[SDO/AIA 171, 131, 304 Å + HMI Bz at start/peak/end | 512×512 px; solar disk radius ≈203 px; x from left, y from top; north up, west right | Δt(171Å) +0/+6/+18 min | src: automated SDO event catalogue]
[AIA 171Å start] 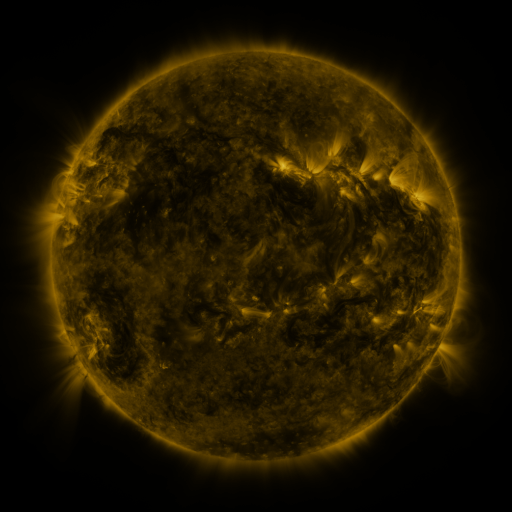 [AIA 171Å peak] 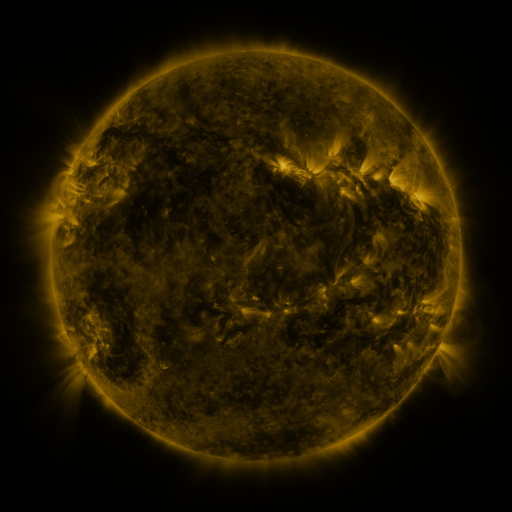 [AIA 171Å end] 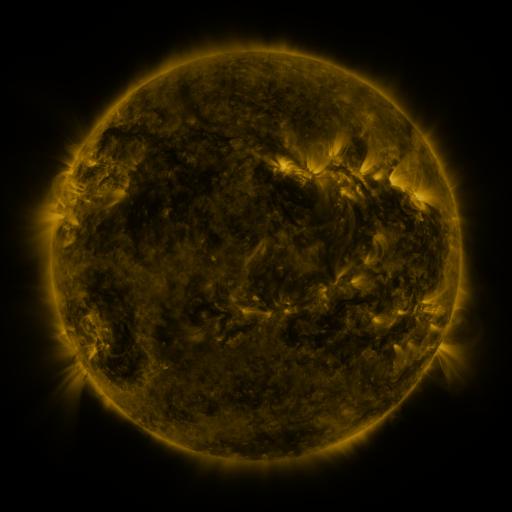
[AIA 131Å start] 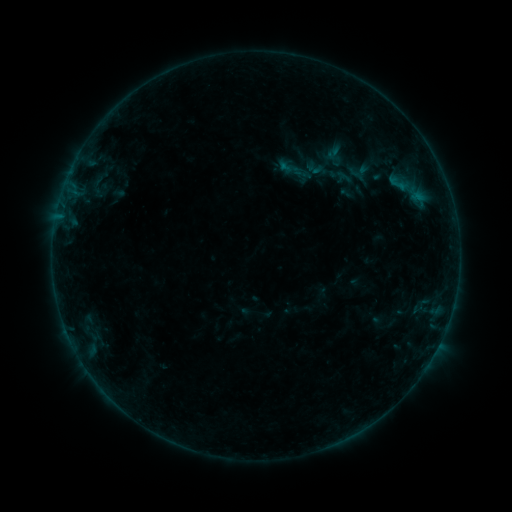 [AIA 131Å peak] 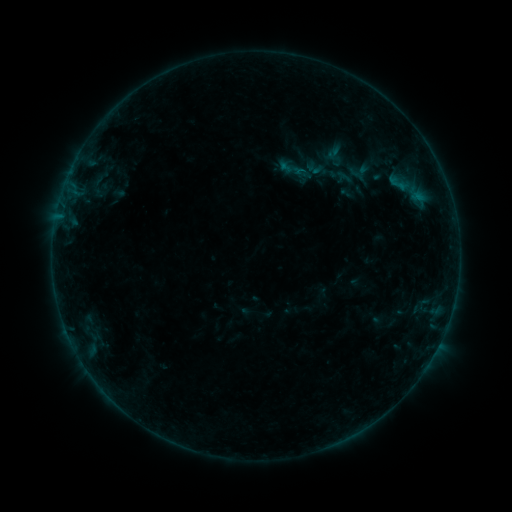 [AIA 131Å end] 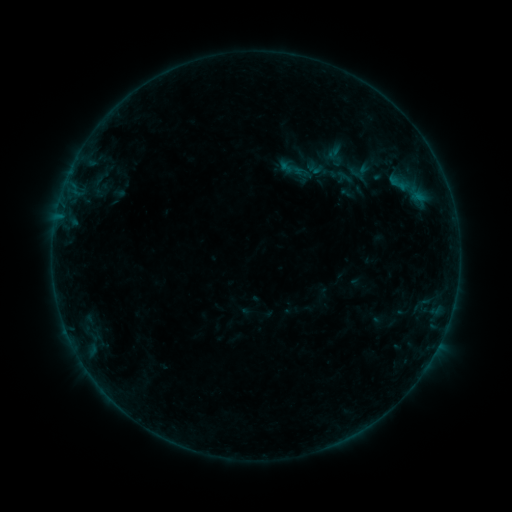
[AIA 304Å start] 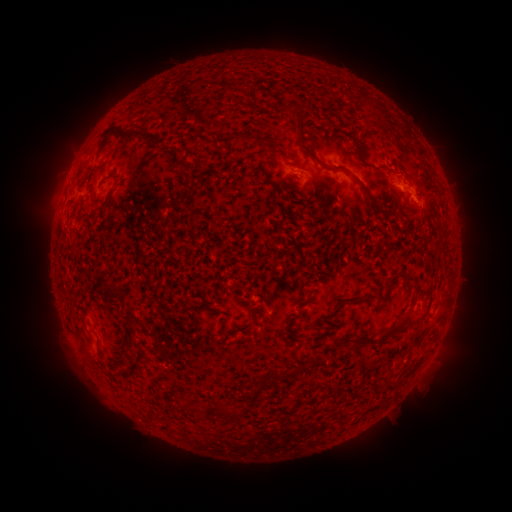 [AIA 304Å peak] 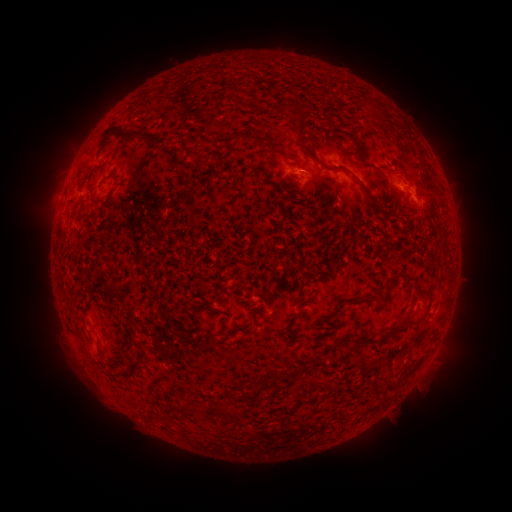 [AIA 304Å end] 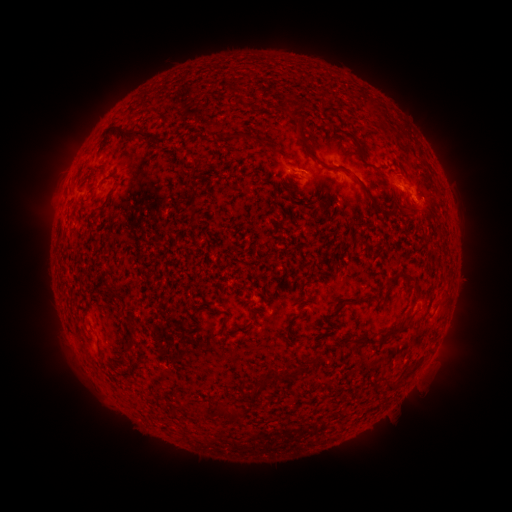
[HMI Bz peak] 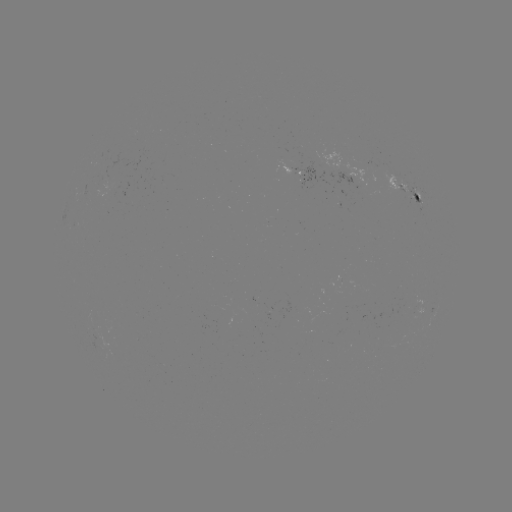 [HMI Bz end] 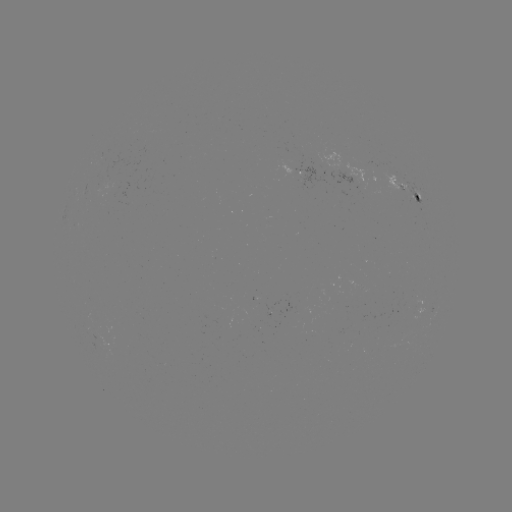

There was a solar flare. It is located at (299, 173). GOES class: B2.1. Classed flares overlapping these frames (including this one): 1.